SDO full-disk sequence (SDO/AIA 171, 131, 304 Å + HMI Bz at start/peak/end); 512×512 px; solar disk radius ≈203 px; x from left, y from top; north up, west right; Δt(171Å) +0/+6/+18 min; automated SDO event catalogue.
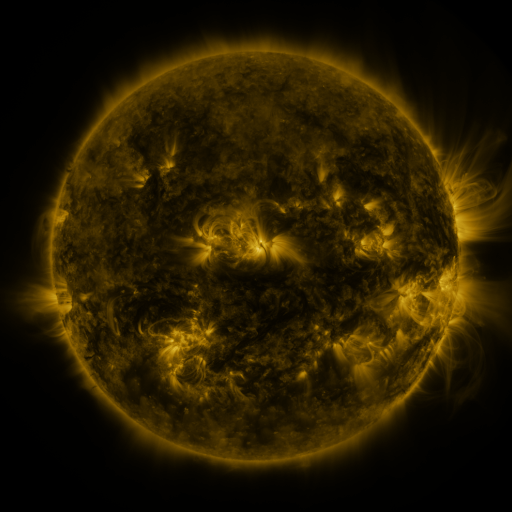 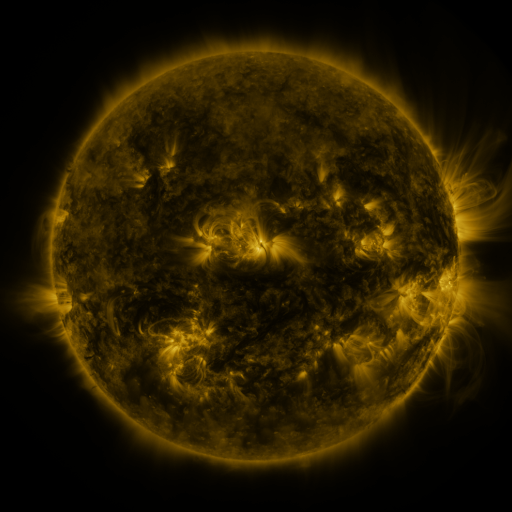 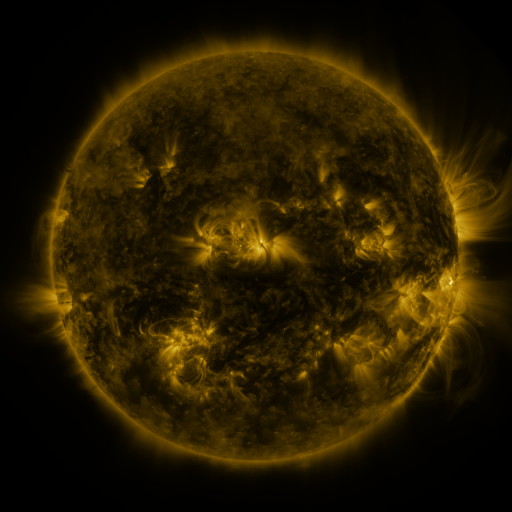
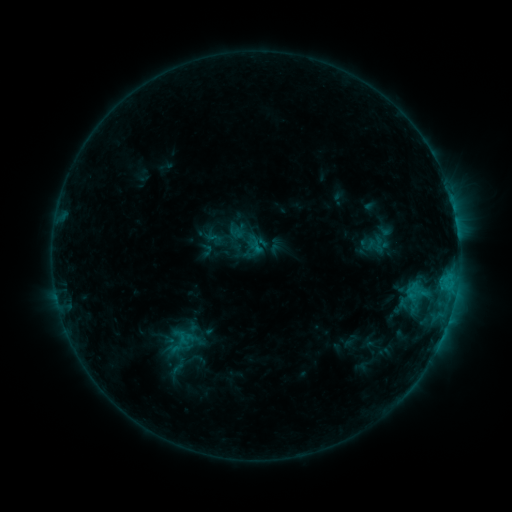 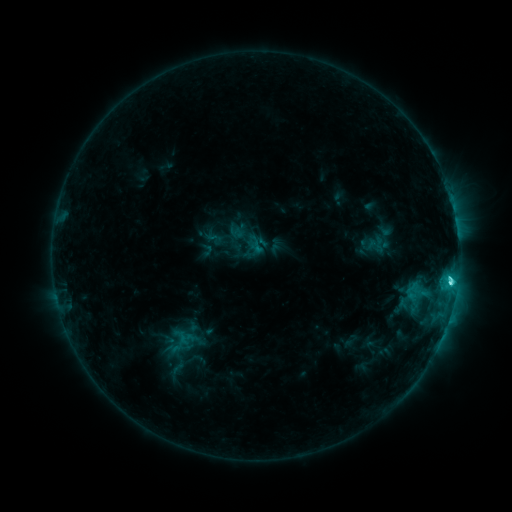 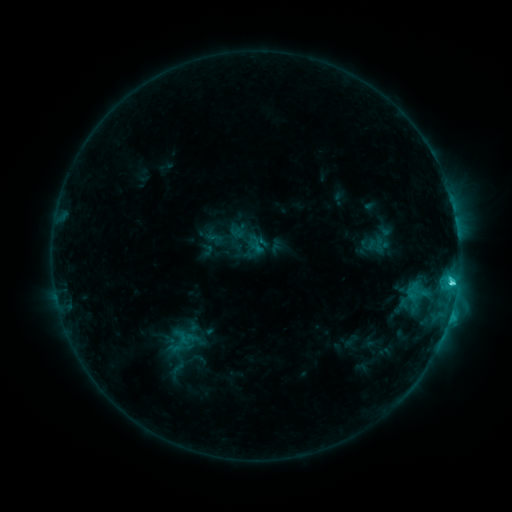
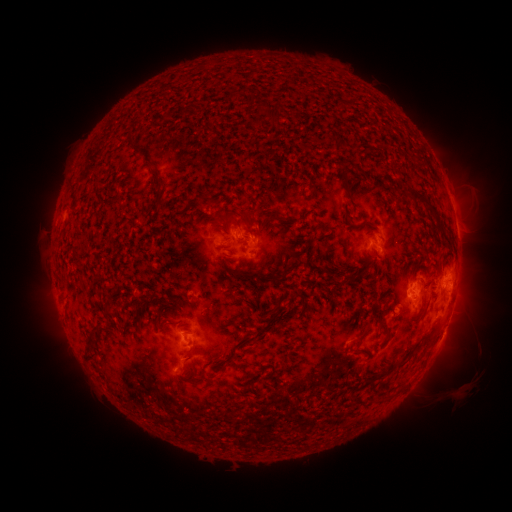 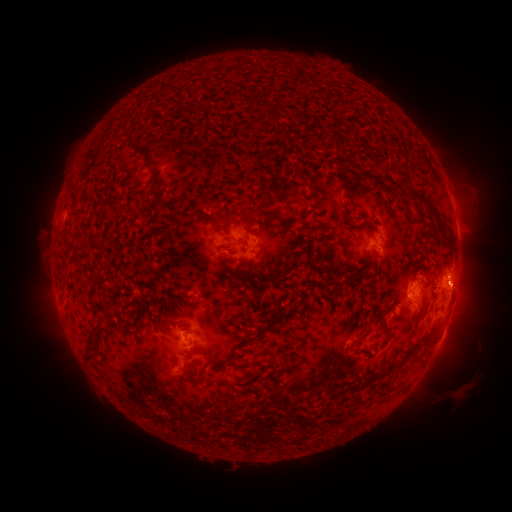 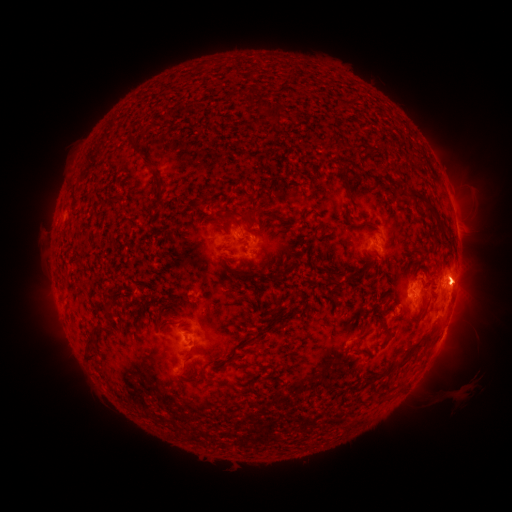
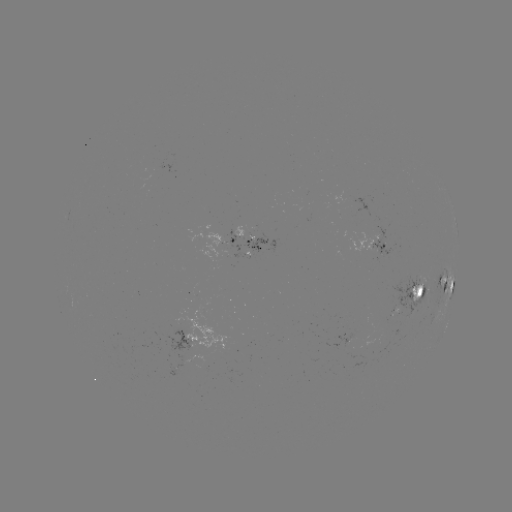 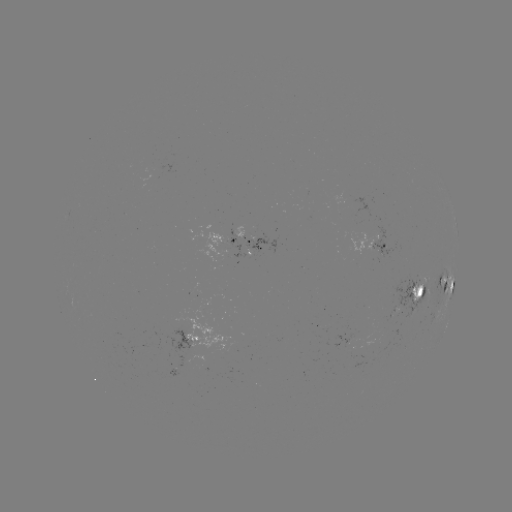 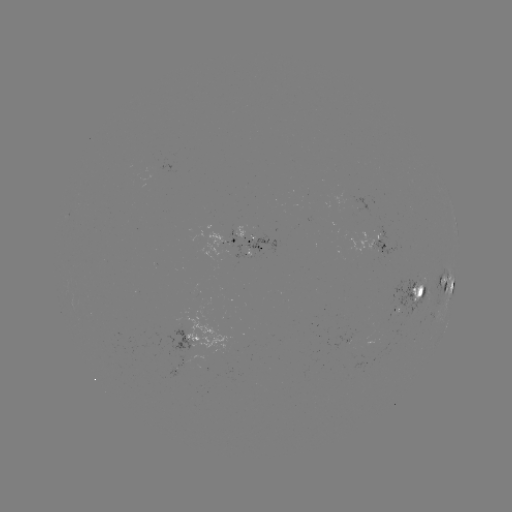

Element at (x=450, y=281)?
C4.6 flare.